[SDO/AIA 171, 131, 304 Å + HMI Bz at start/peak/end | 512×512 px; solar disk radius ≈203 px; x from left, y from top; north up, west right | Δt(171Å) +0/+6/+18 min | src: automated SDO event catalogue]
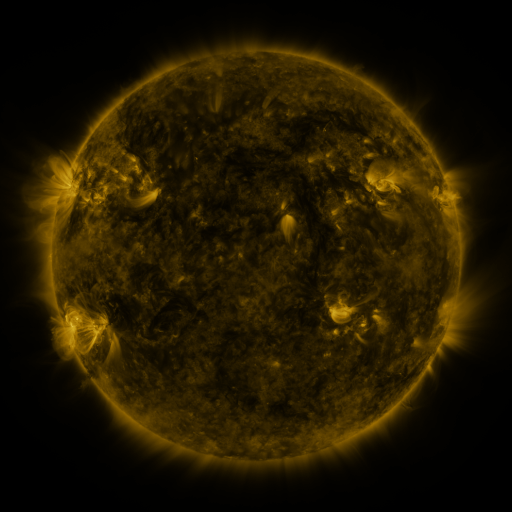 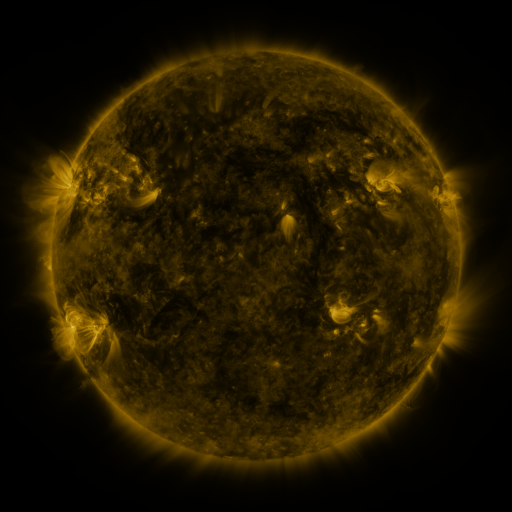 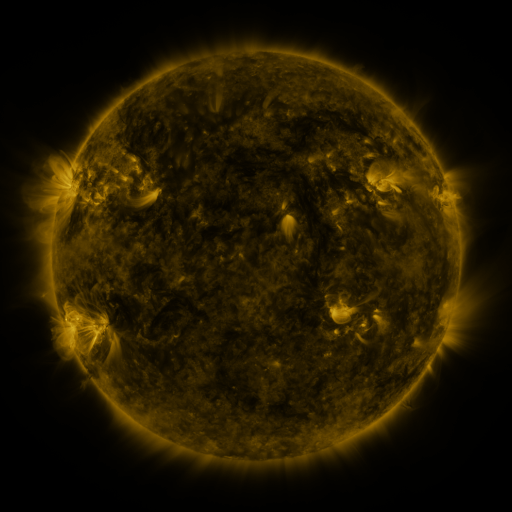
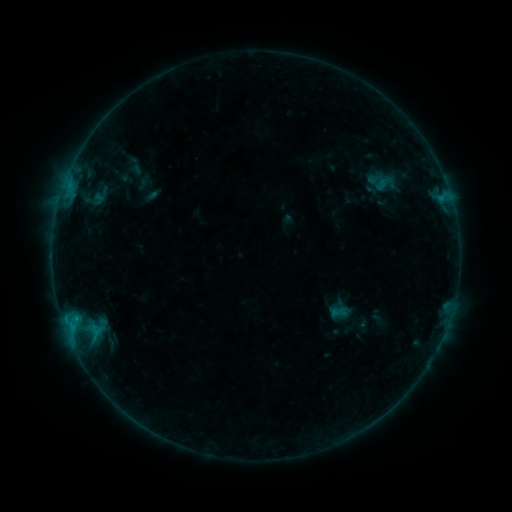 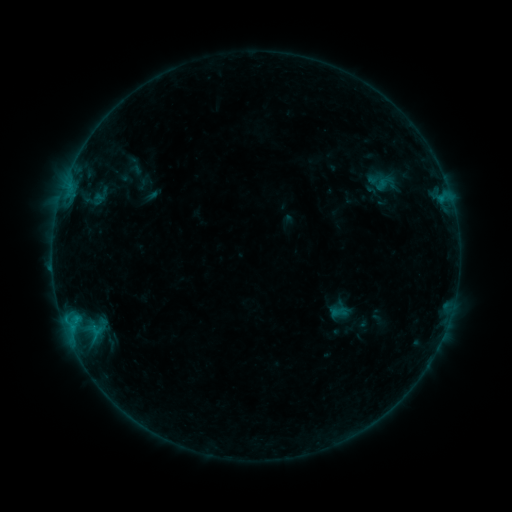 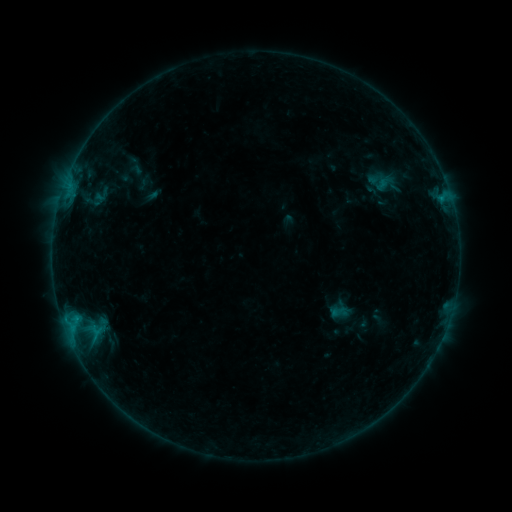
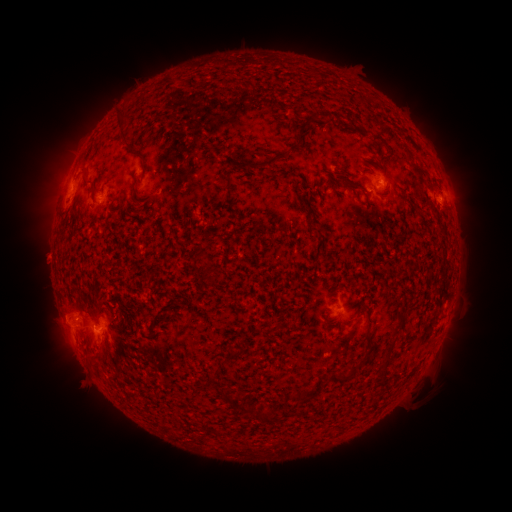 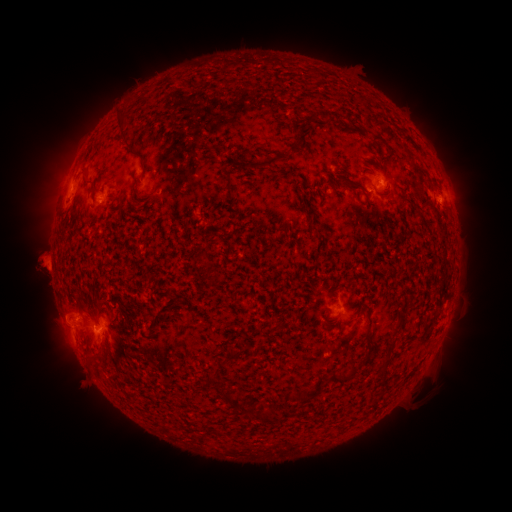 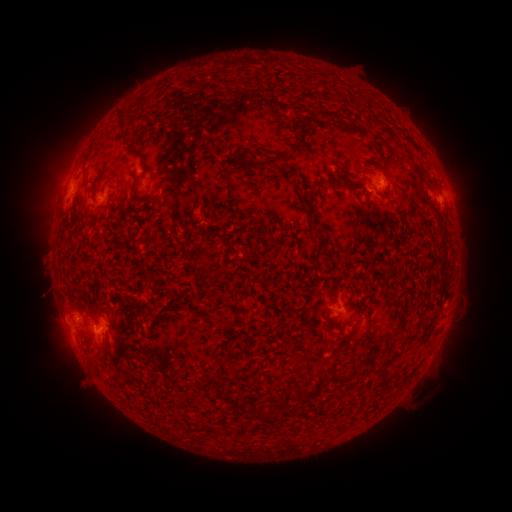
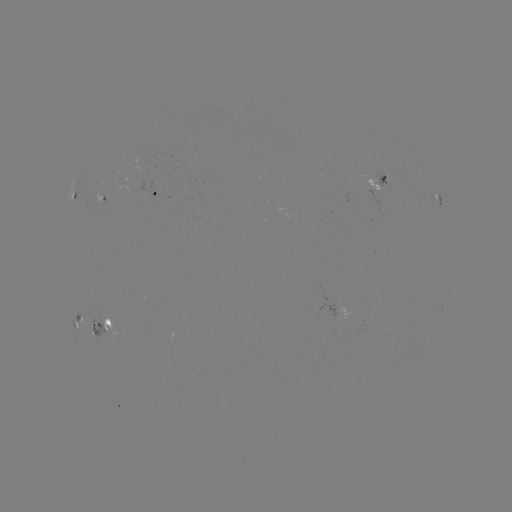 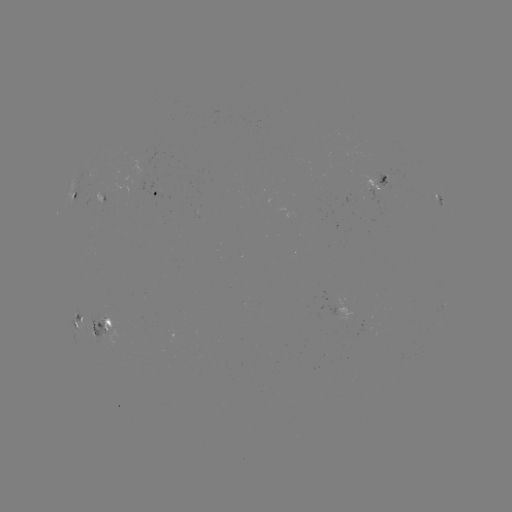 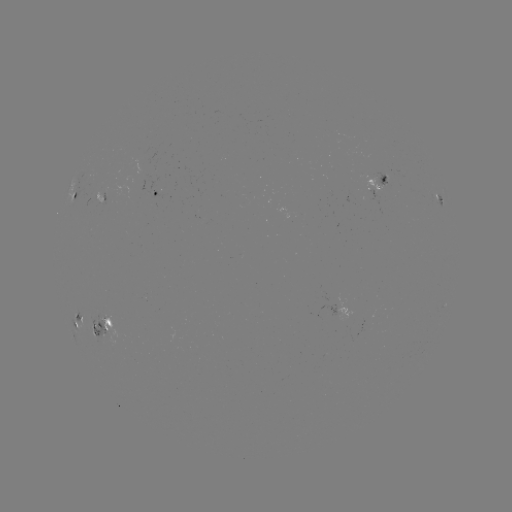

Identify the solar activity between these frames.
eruption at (41, 262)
